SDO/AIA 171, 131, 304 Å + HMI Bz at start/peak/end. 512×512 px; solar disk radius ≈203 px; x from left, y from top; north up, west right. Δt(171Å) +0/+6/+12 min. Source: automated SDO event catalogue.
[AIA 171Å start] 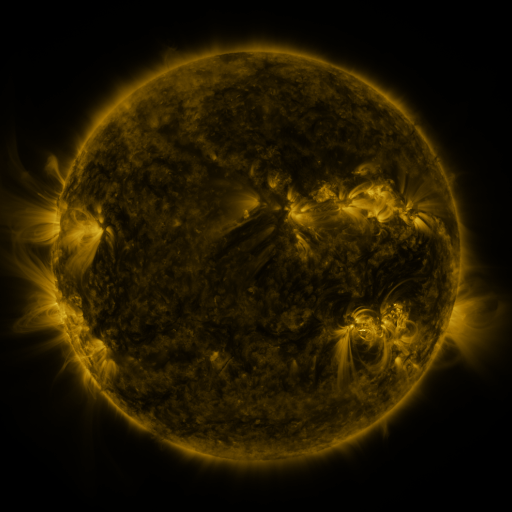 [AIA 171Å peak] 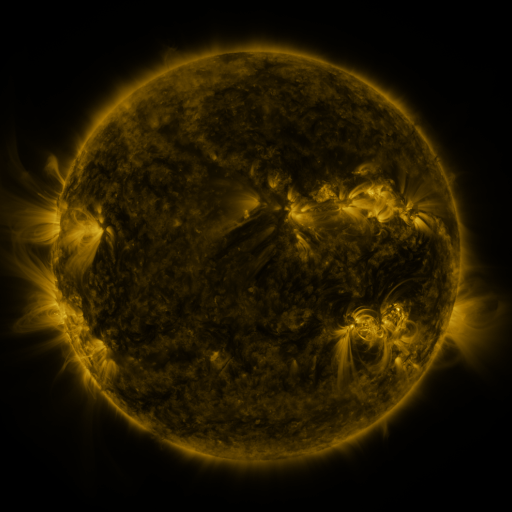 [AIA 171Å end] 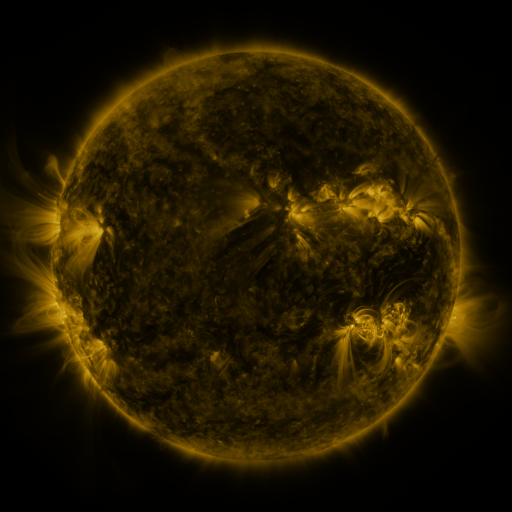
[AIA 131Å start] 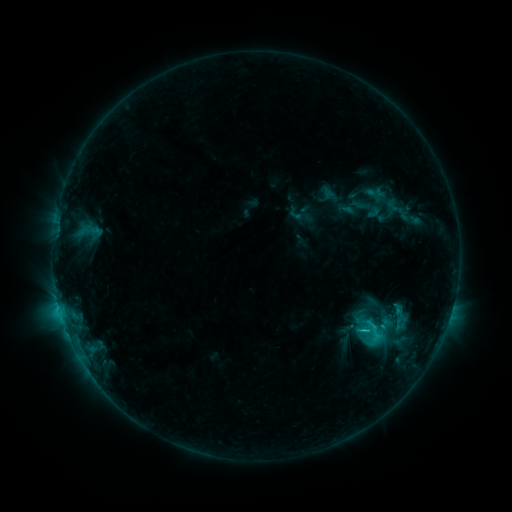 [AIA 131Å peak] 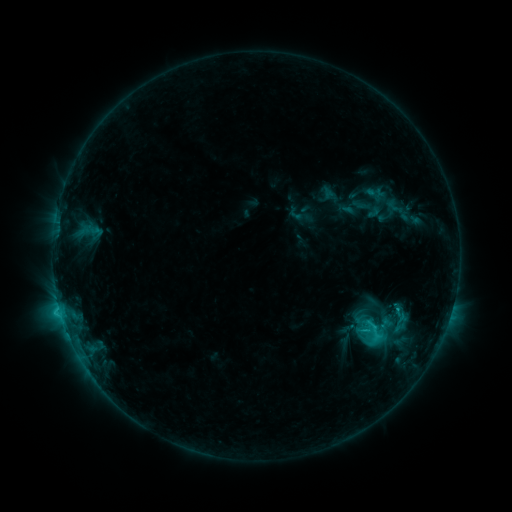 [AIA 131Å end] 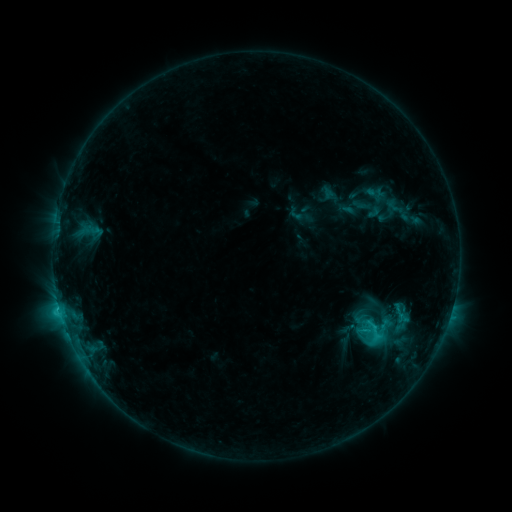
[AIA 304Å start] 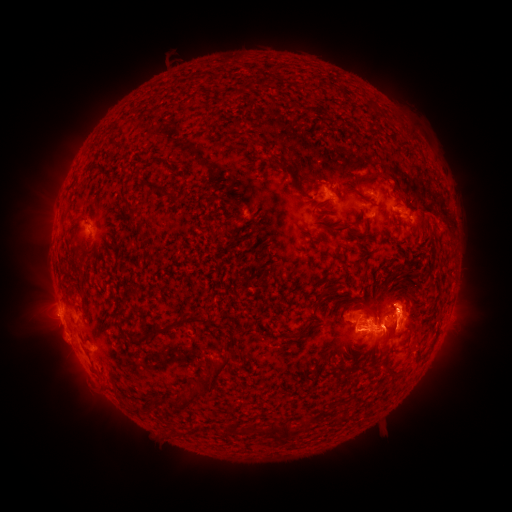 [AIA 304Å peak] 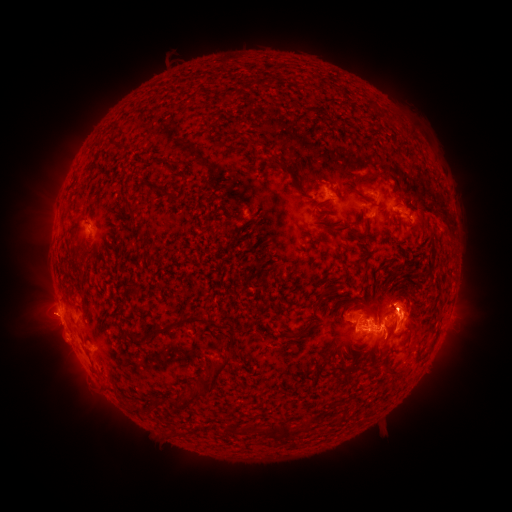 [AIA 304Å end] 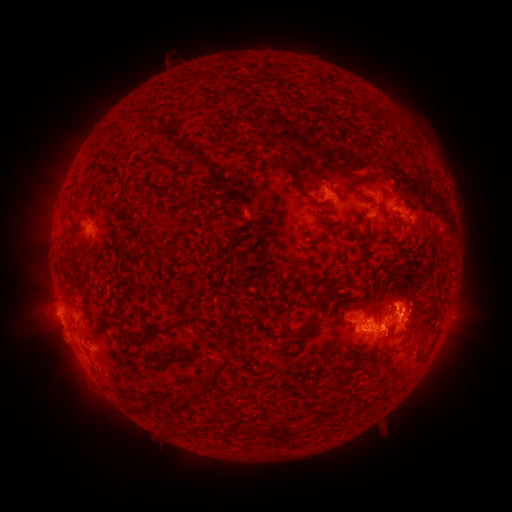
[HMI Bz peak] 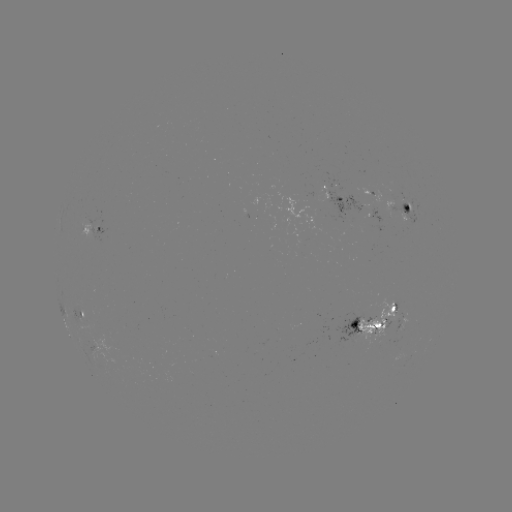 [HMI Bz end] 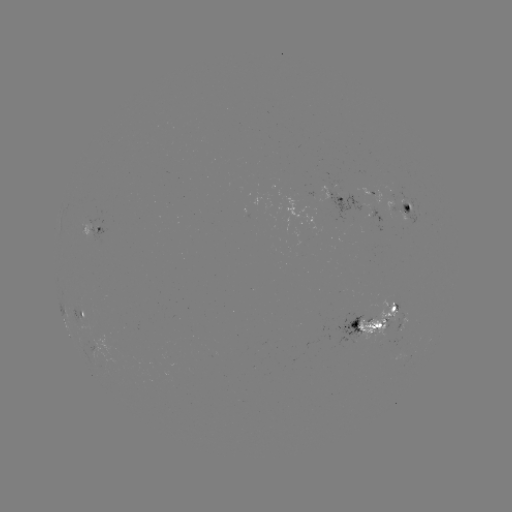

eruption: (12, 286, 74, 345)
